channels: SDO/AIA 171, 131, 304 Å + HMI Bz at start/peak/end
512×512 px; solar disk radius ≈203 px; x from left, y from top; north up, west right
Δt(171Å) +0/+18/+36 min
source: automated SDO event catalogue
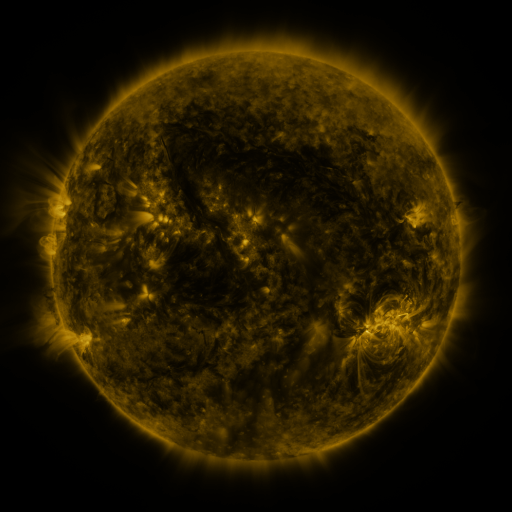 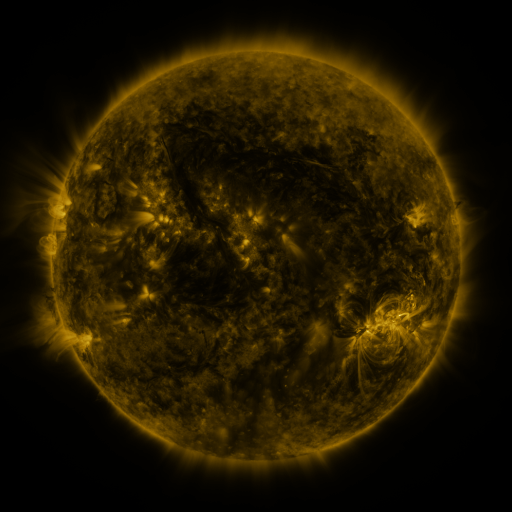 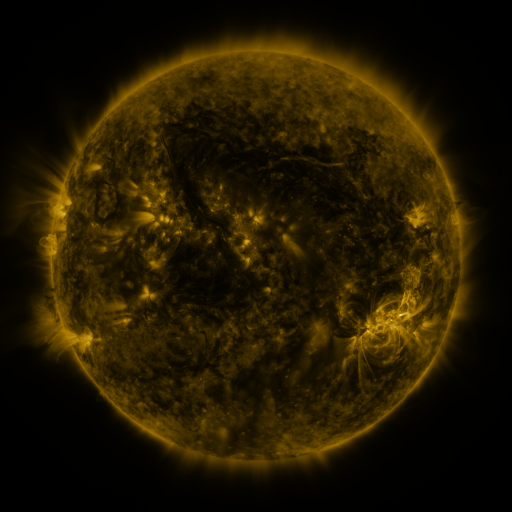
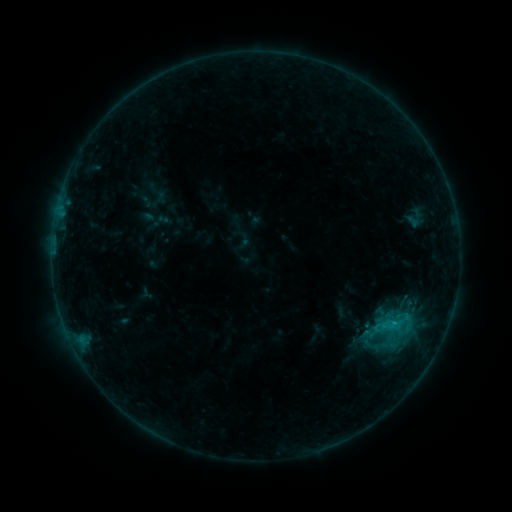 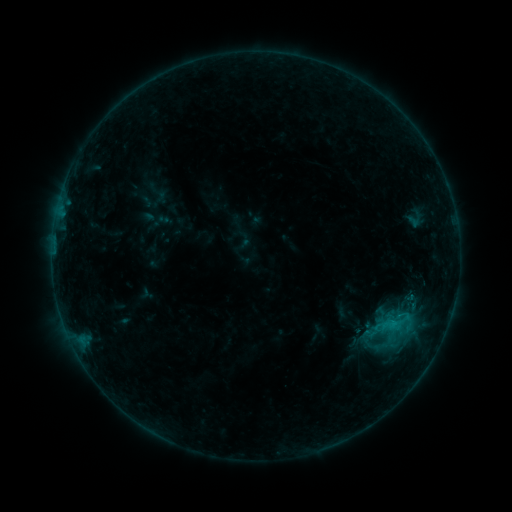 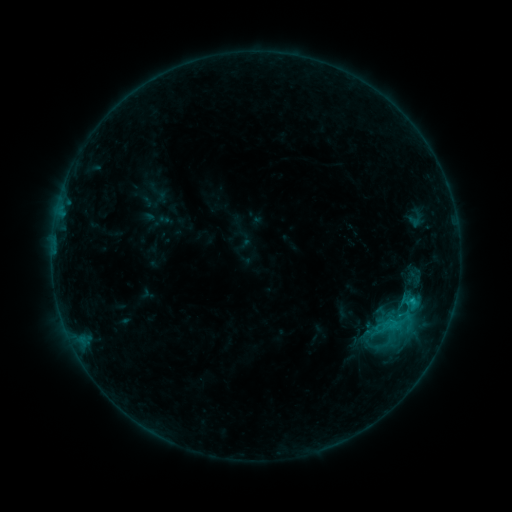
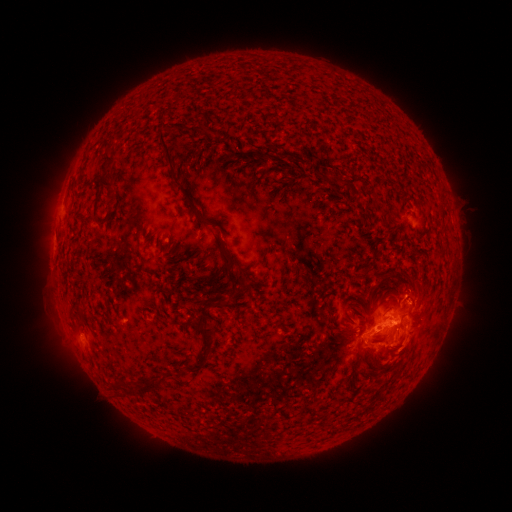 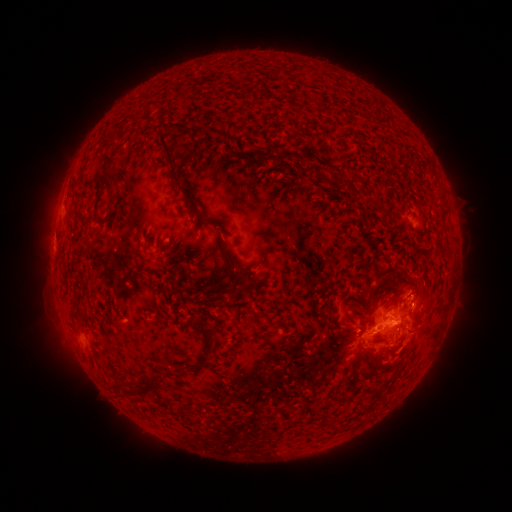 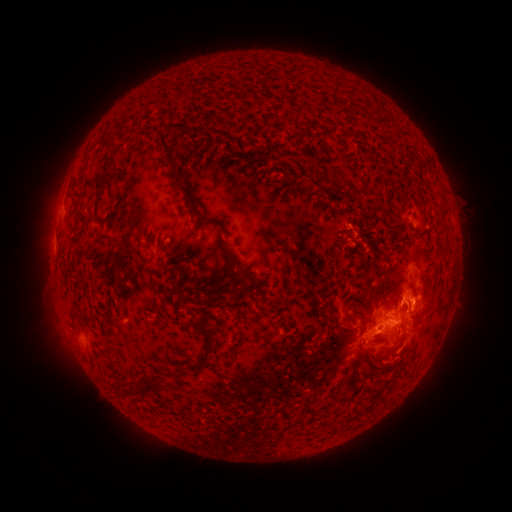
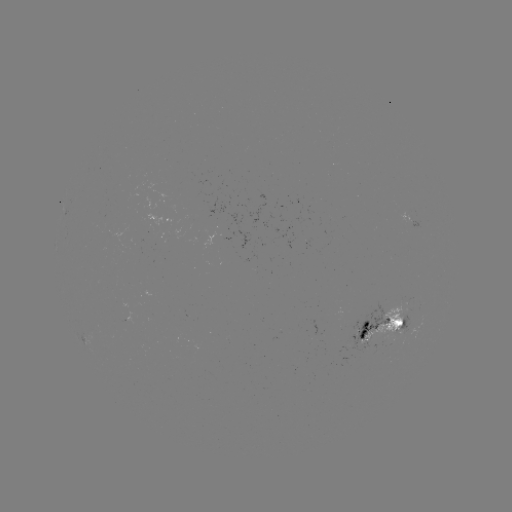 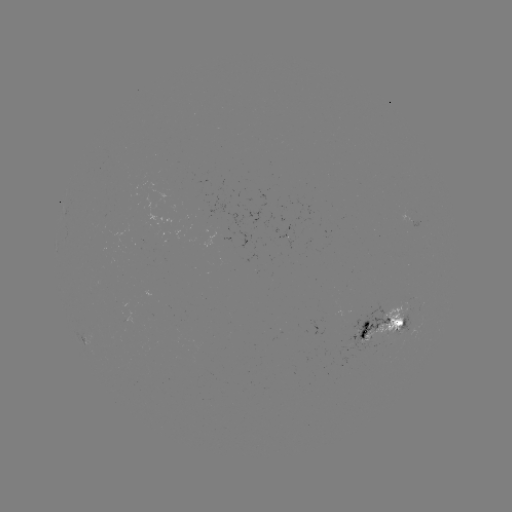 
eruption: (312, 151, 354, 194)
